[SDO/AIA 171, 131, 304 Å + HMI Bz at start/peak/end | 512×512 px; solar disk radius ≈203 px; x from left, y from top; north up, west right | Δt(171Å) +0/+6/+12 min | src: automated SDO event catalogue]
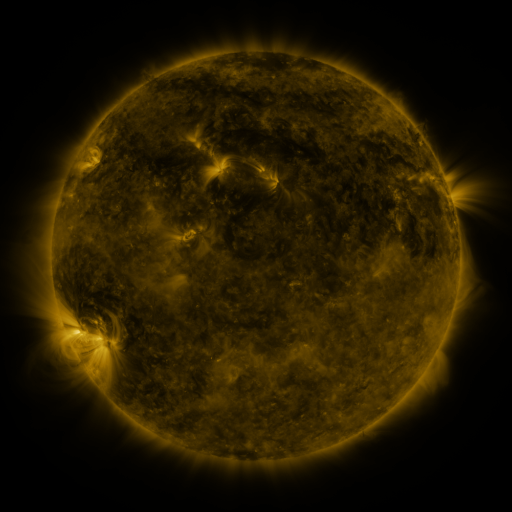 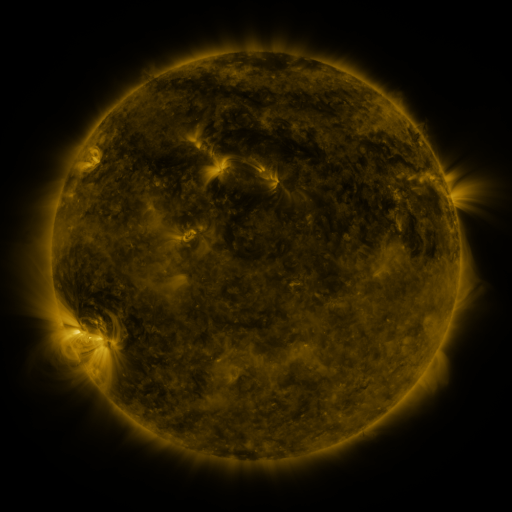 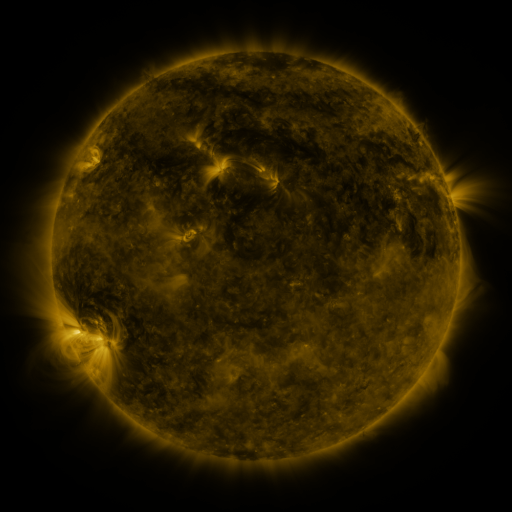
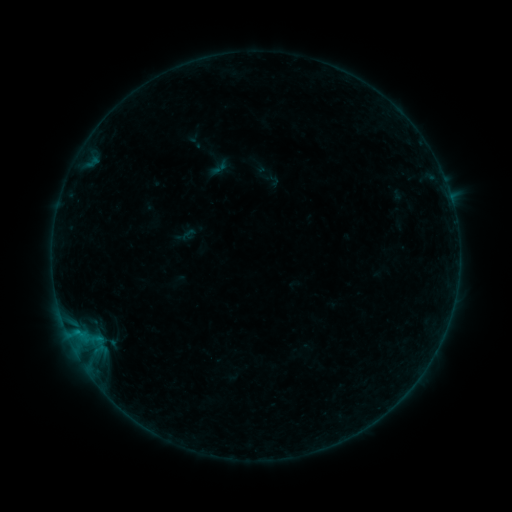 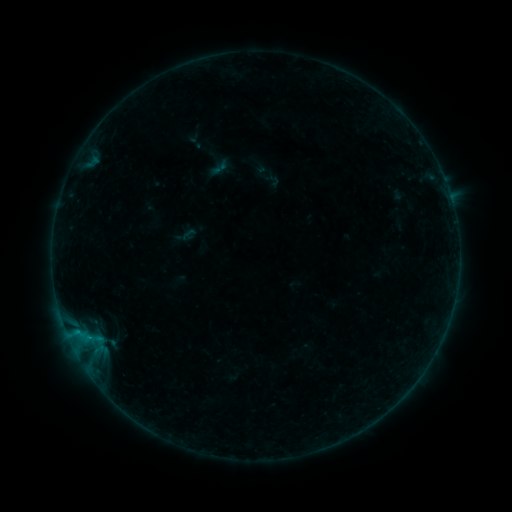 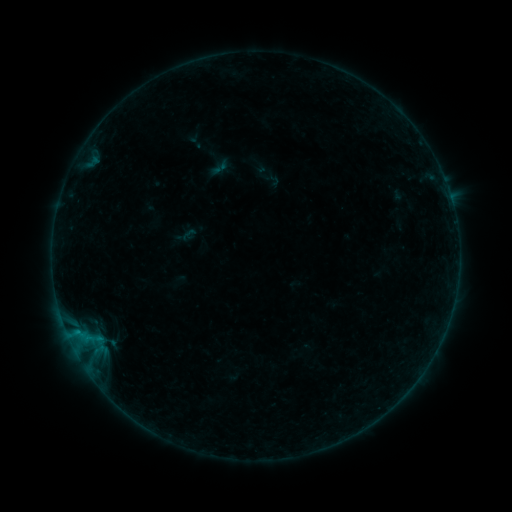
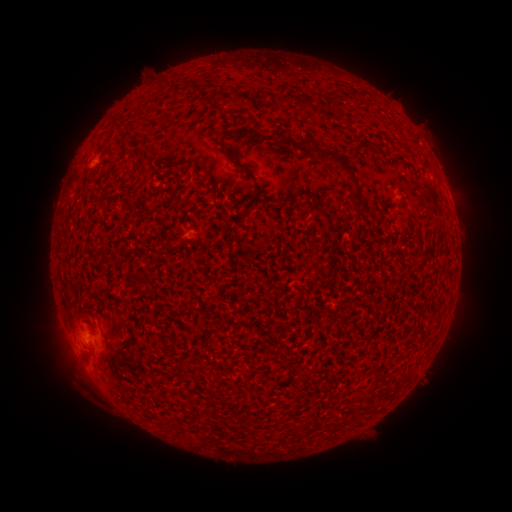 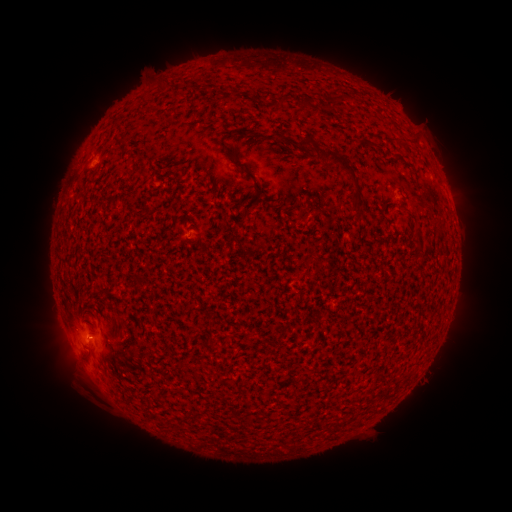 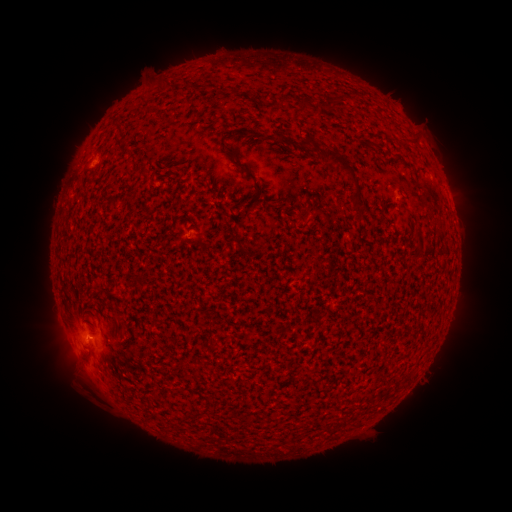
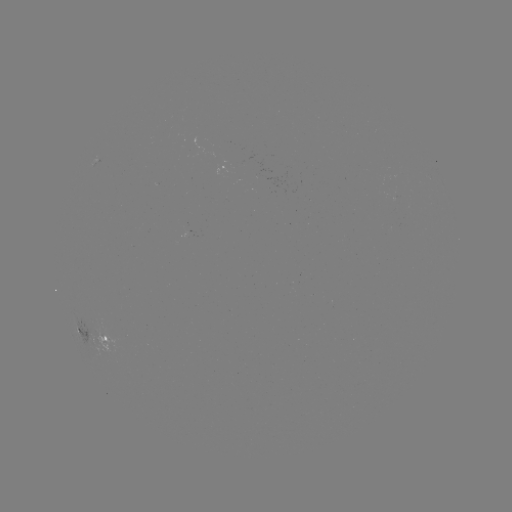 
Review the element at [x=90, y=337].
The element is B1.9 flare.